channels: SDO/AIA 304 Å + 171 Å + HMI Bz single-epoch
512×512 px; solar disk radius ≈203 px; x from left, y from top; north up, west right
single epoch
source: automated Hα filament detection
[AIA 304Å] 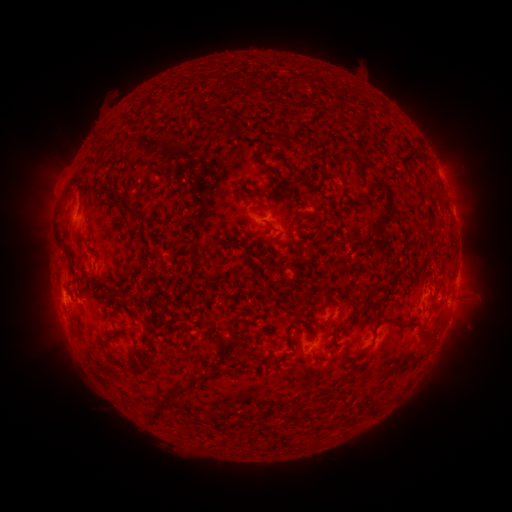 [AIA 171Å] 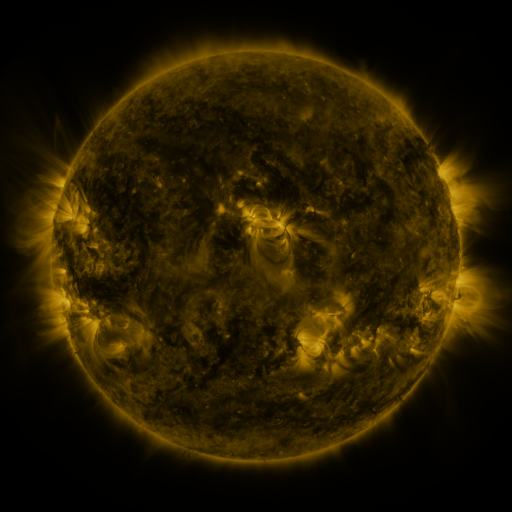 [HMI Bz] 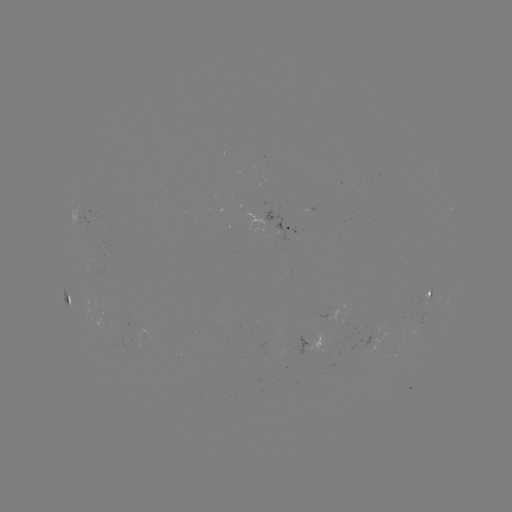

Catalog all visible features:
filament: <bbox>205, 110, 216, 123</bbox>
filament: <bbox>346, 148, 362, 175</bbox>
filament: <bbox>116, 197, 144, 222</bbox>
filament: <bbox>262, 219, 275, 231</bbox>
filament: <bbox>265, 233, 280, 242</bbox>
filament: <bbox>57, 235, 67, 254</bbox>
filament: <bbox>359, 284, 377, 310</bbox>
filament: <bbox>300, 296, 312, 314</bbox>
filament: <bbox>109, 314, 119, 320</bbox>
filament: <bbox>383, 314, 398, 323</bbox>
filament: <bbox>419, 327, 431, 340</bbox>
filament: <bbox>331, 332, 340, 345</bbox>
filament: <bbox>163, 333, 172, 342</bbox>
filament: <bbox>180, 334, 189, 344</bbox>
filament: <bbox>214, 336, 229, 359</bbox>
filament: <bbox>266, 336, 275, 344</bbox>
filament: <bbox>122, 346, 140, 375</bbox>
filament: <bbox>147, 375, 201, 426</bbox>
filament: <bbox>370, 403, 381, 414</bbox>
filament: <bbox>230, 418, 242, 427</bbox>
